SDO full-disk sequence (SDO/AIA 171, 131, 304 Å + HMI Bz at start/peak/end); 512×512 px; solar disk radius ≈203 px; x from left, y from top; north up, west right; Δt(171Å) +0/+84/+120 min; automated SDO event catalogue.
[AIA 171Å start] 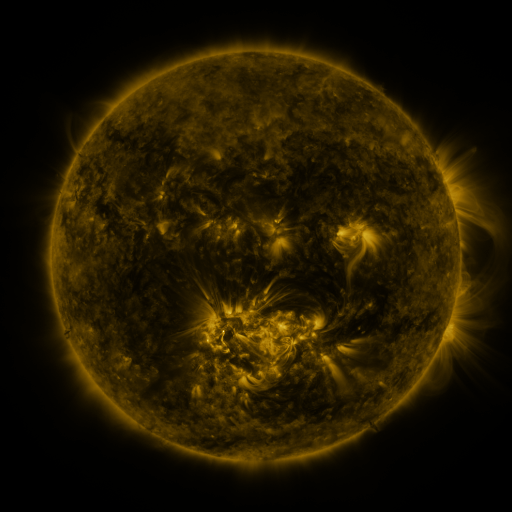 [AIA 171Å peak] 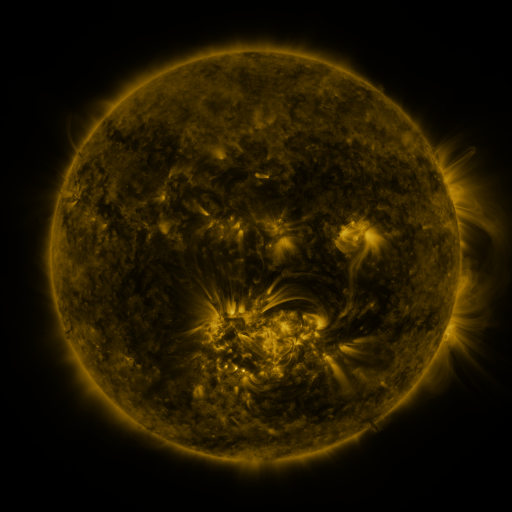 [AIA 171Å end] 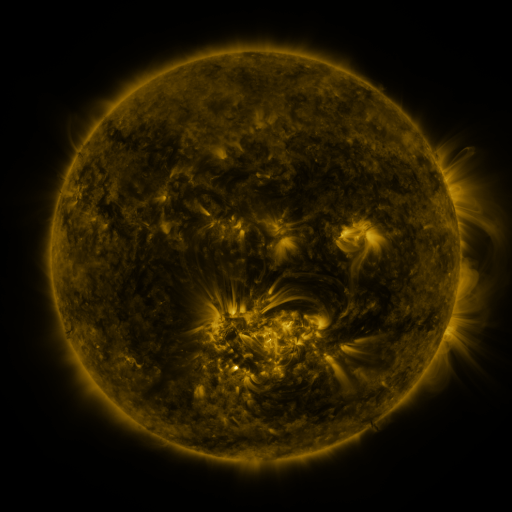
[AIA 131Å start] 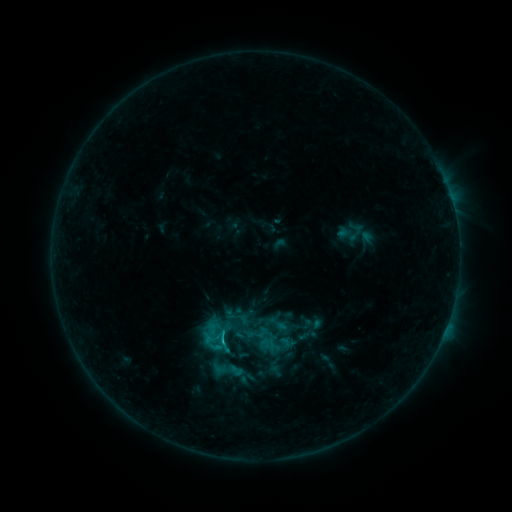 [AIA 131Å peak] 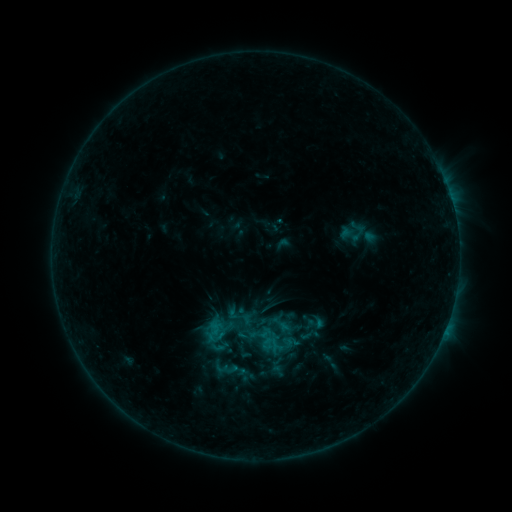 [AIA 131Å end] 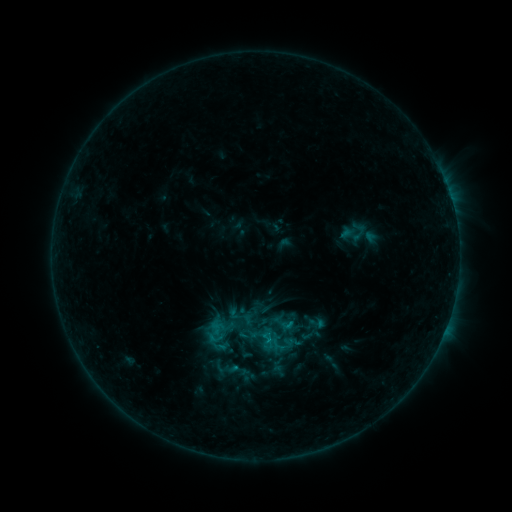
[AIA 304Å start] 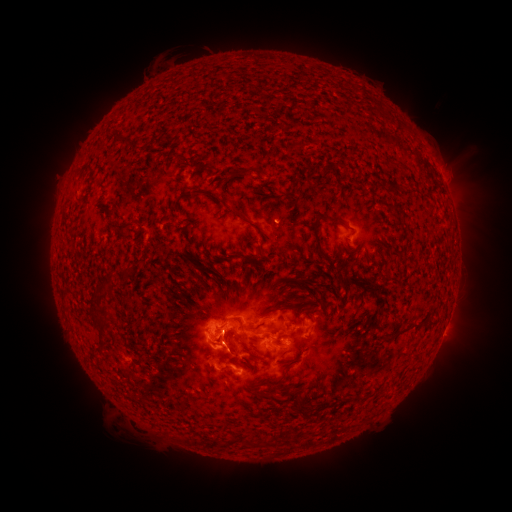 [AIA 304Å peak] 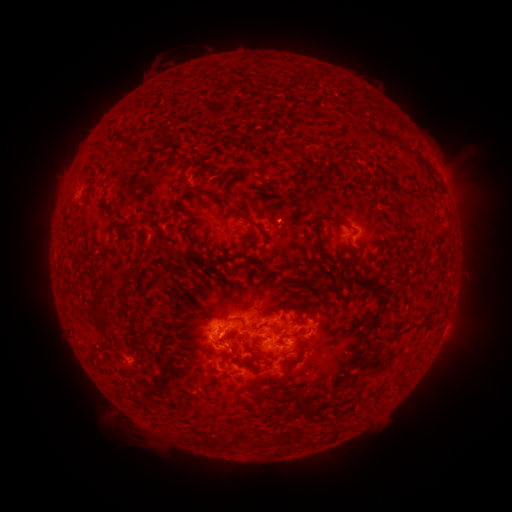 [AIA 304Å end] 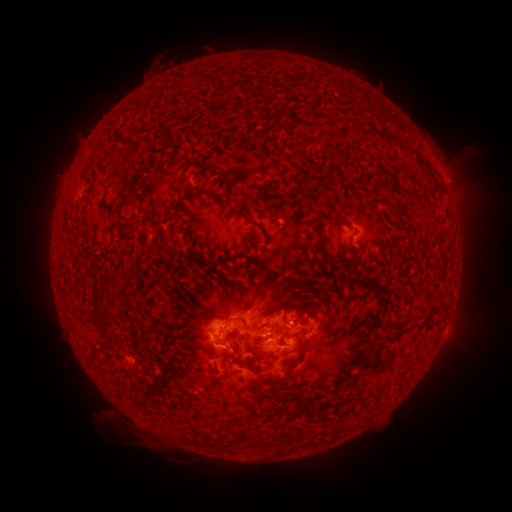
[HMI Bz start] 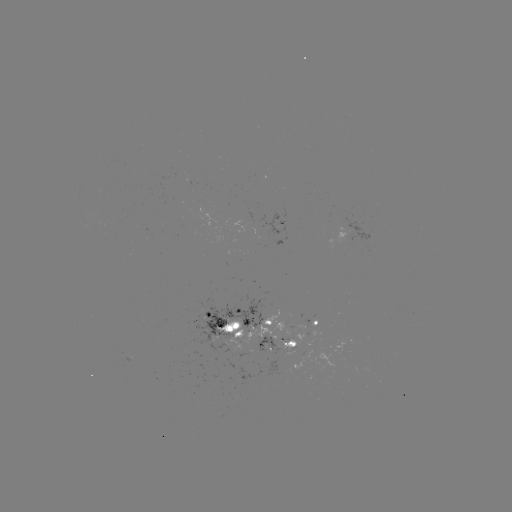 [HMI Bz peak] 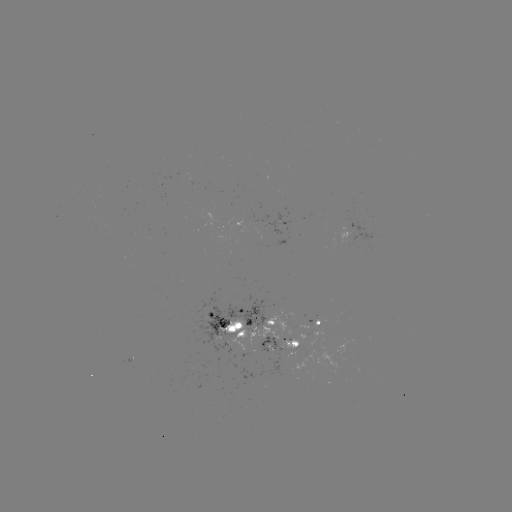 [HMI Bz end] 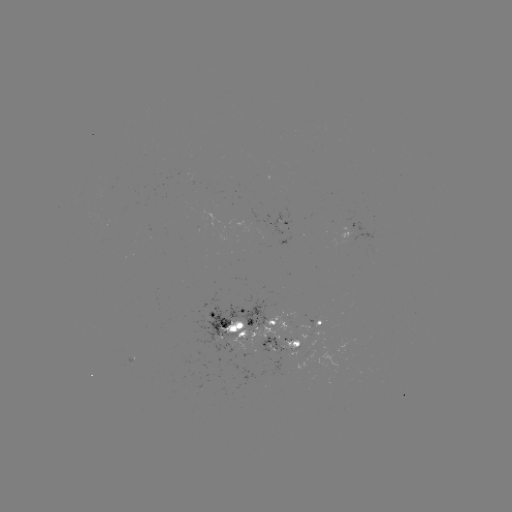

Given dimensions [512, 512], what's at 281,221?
emerging-flux region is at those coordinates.